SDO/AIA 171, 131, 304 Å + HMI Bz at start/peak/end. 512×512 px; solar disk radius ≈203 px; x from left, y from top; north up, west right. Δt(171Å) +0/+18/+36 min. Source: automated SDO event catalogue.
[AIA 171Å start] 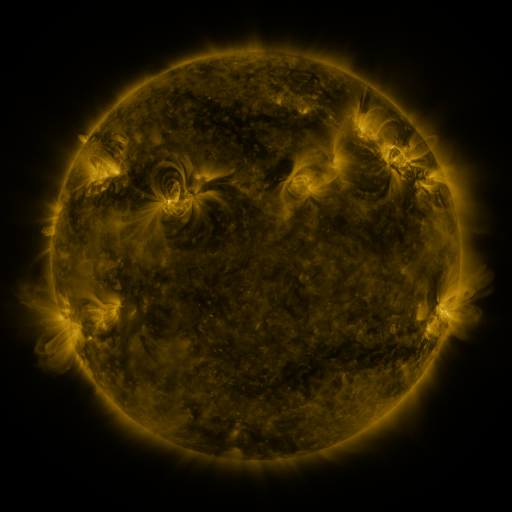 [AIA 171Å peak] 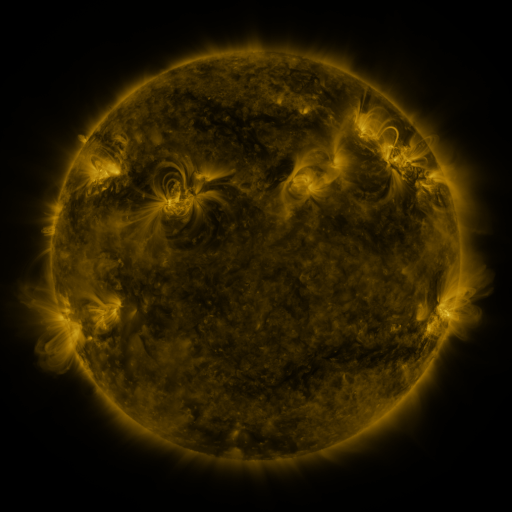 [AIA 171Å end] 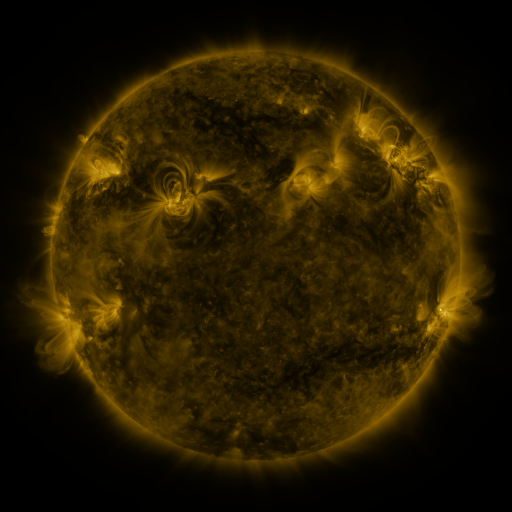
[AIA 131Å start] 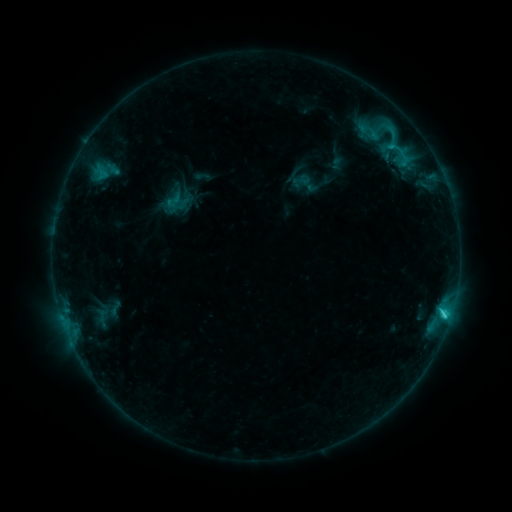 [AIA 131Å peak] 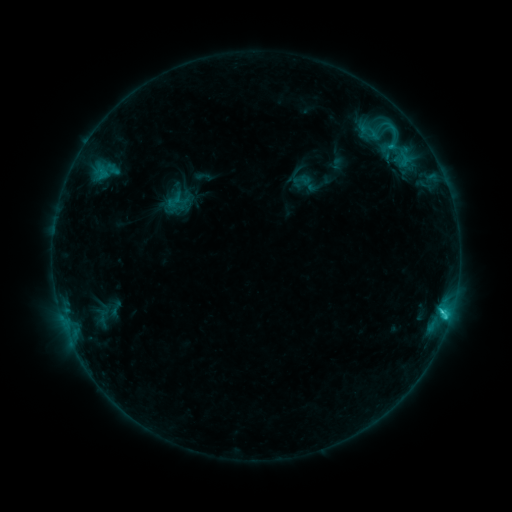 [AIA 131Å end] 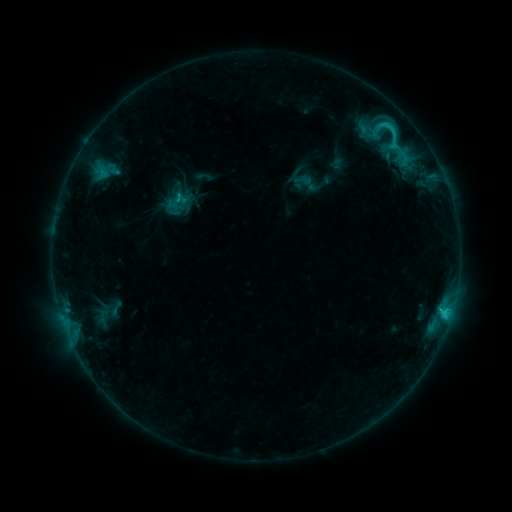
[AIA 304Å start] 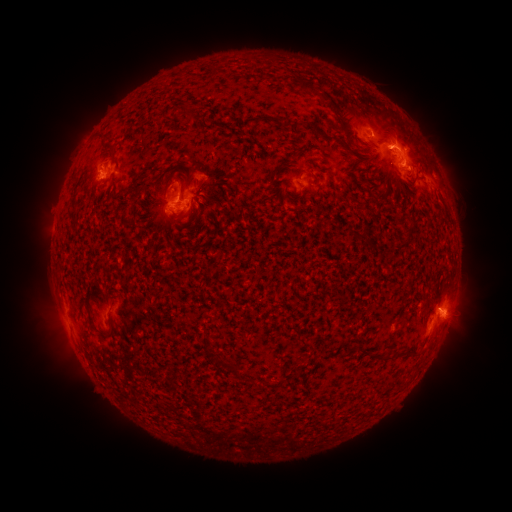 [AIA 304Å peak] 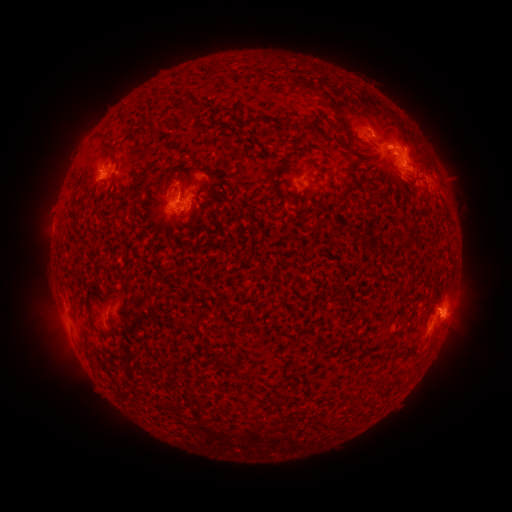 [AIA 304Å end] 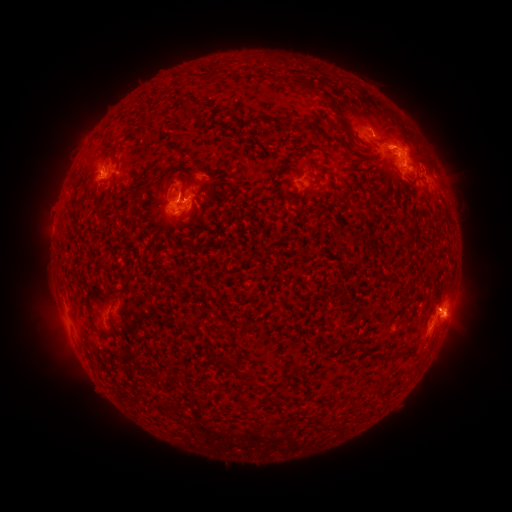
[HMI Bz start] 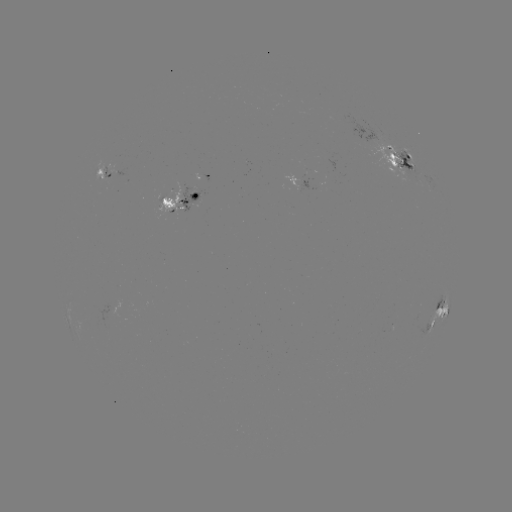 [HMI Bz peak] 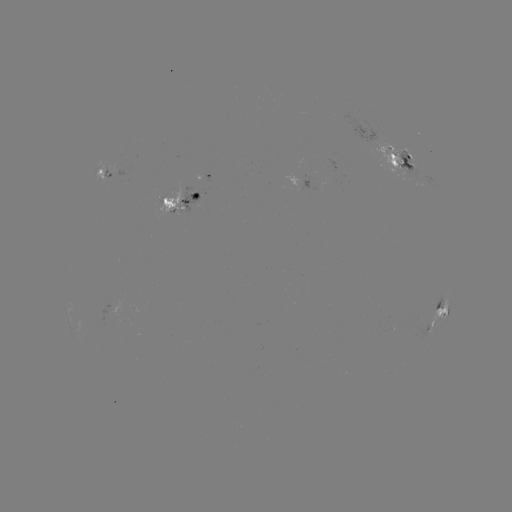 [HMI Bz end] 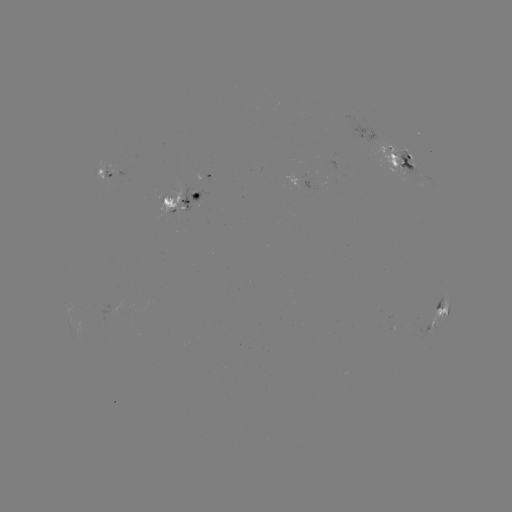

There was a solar emerging-flux region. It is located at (111, 170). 